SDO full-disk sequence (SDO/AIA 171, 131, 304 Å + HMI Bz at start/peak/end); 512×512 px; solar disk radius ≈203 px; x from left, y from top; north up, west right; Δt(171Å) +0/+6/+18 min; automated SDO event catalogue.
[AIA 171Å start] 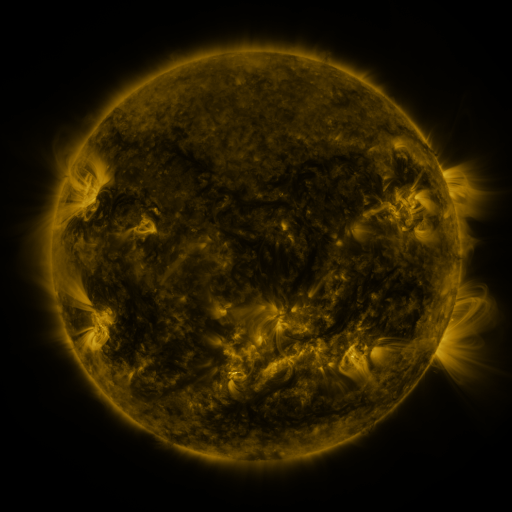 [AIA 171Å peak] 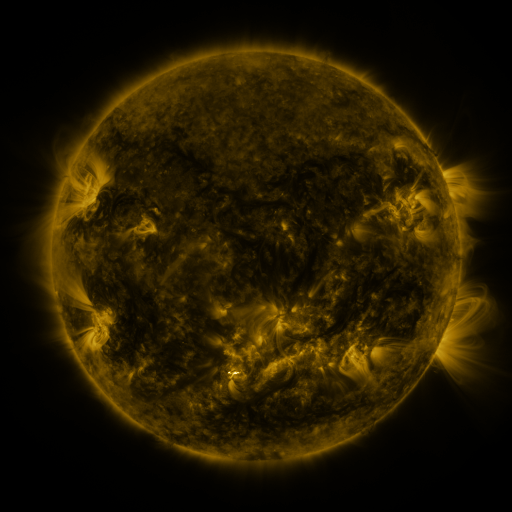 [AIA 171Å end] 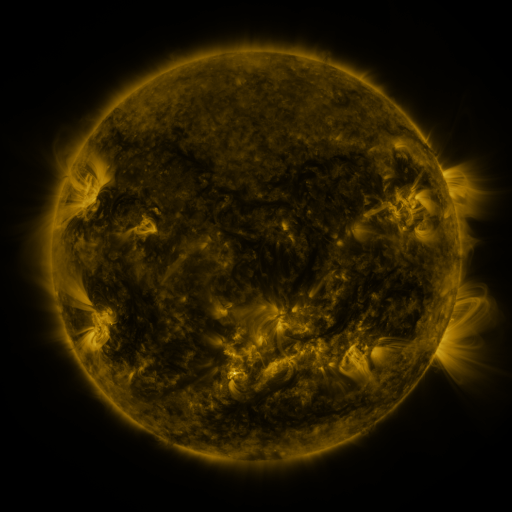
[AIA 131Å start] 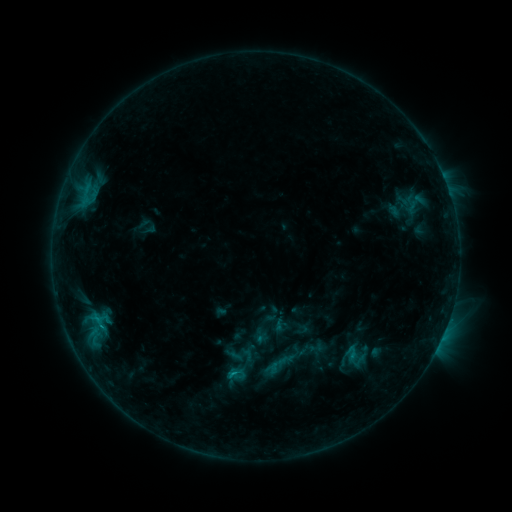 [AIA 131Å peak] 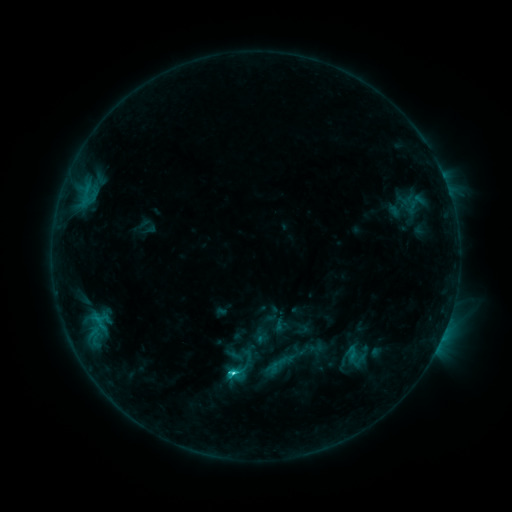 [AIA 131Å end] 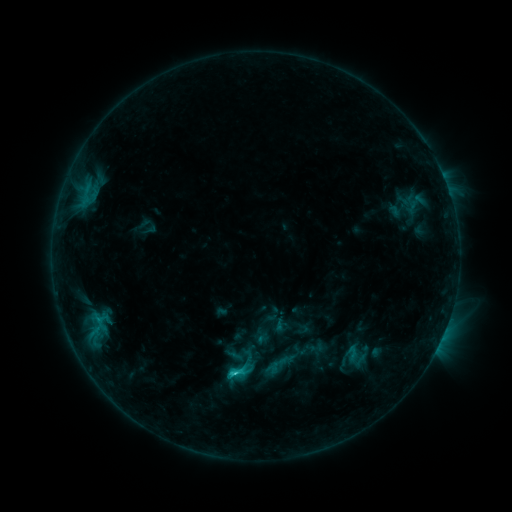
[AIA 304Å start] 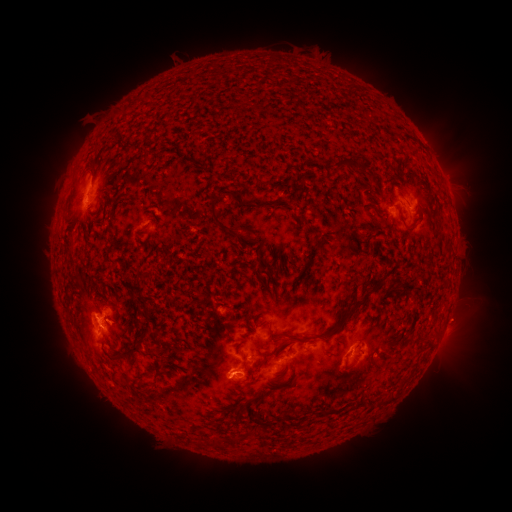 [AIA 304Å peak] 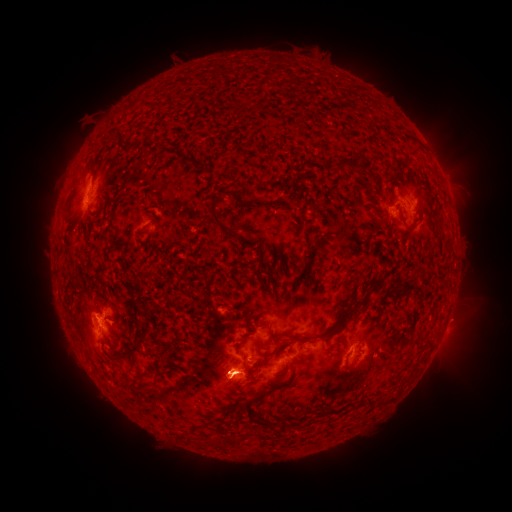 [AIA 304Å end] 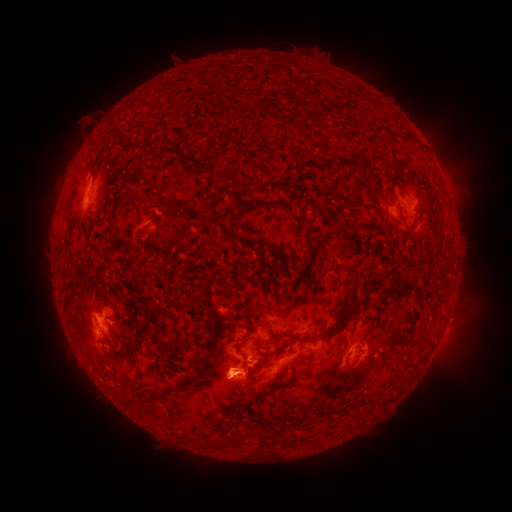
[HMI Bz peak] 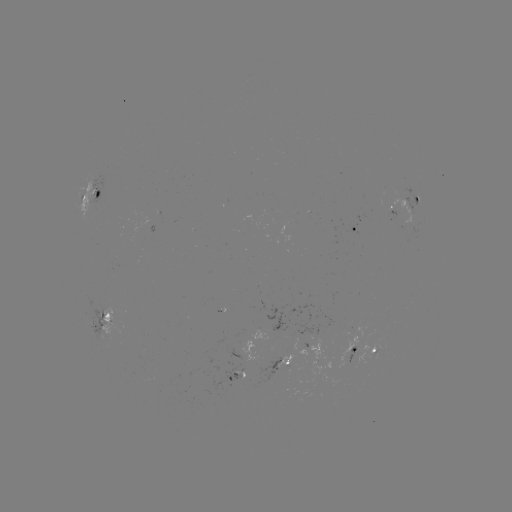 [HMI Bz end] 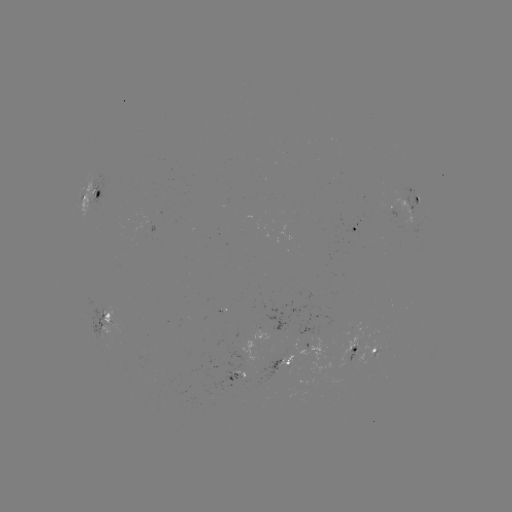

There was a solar flare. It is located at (234, 370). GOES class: C2.7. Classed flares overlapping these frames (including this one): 1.